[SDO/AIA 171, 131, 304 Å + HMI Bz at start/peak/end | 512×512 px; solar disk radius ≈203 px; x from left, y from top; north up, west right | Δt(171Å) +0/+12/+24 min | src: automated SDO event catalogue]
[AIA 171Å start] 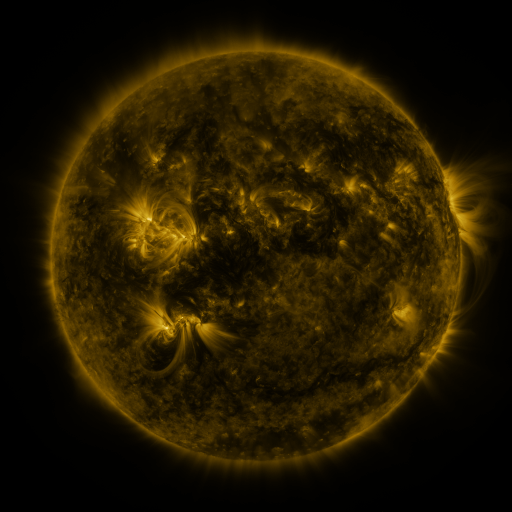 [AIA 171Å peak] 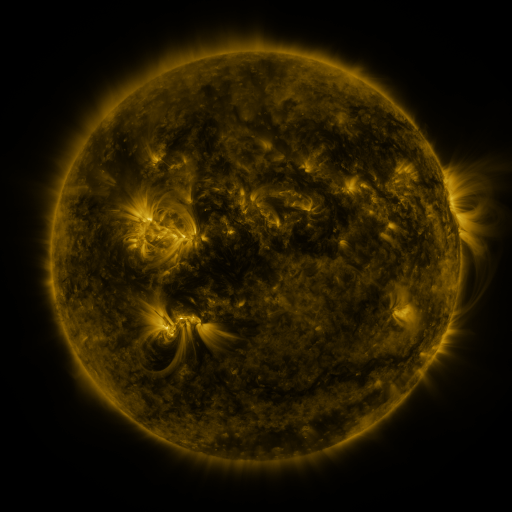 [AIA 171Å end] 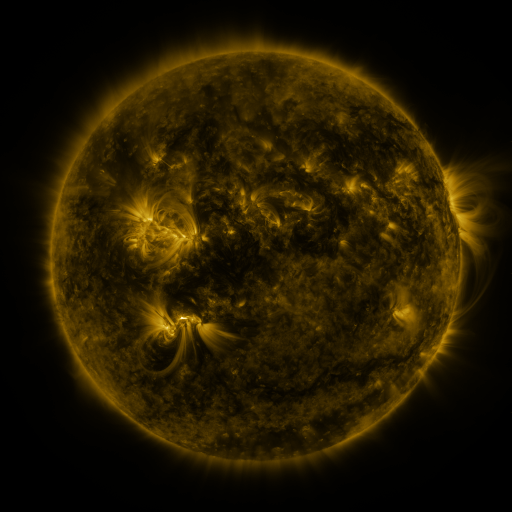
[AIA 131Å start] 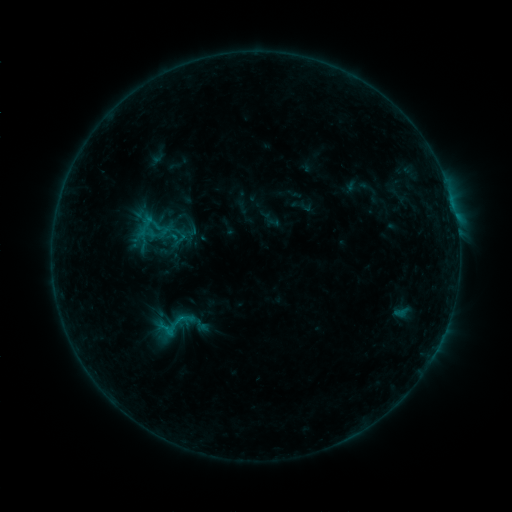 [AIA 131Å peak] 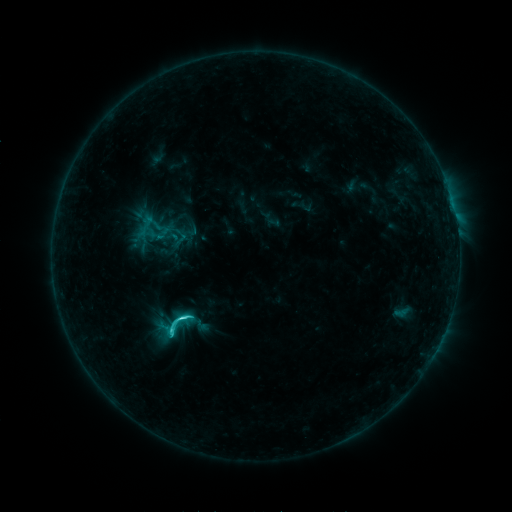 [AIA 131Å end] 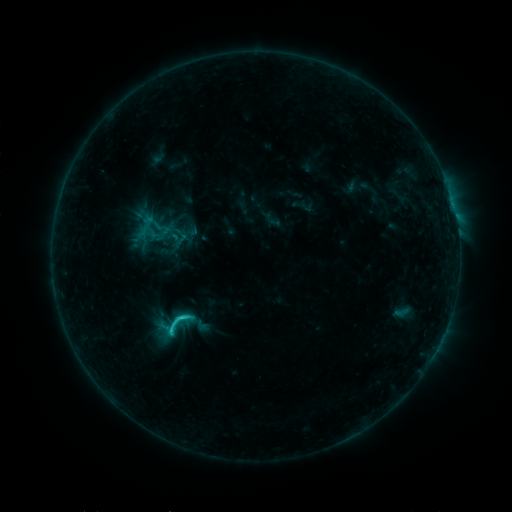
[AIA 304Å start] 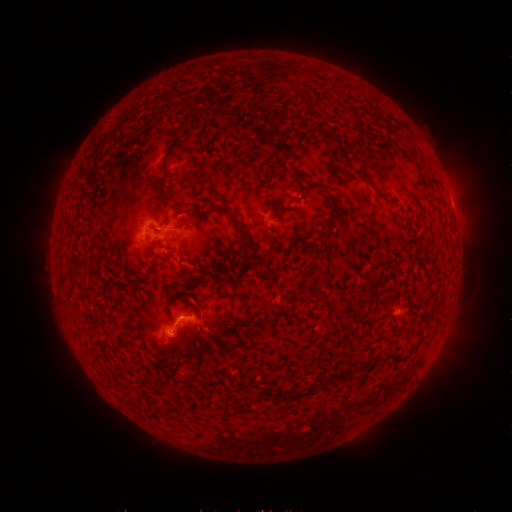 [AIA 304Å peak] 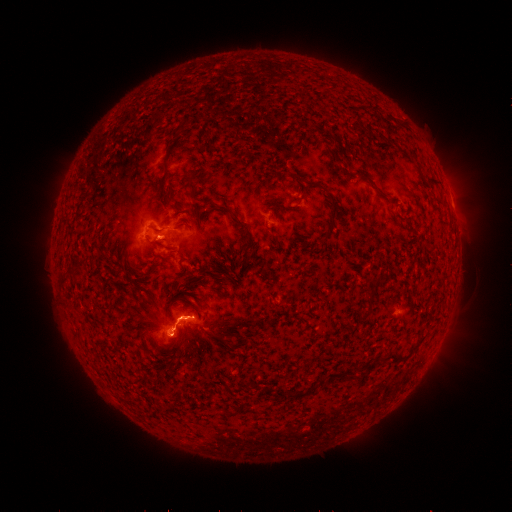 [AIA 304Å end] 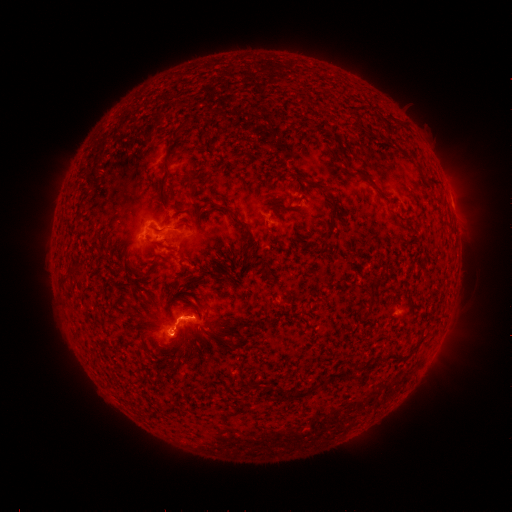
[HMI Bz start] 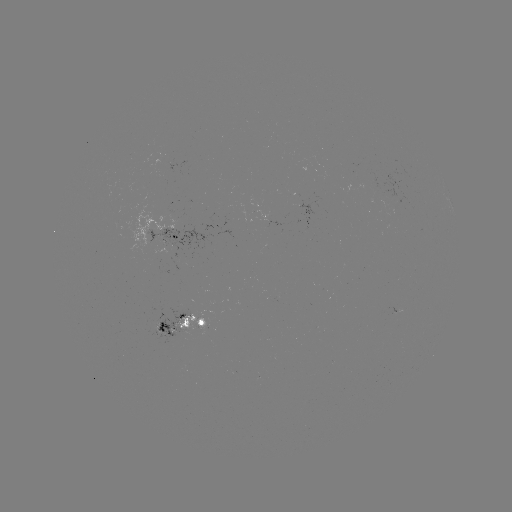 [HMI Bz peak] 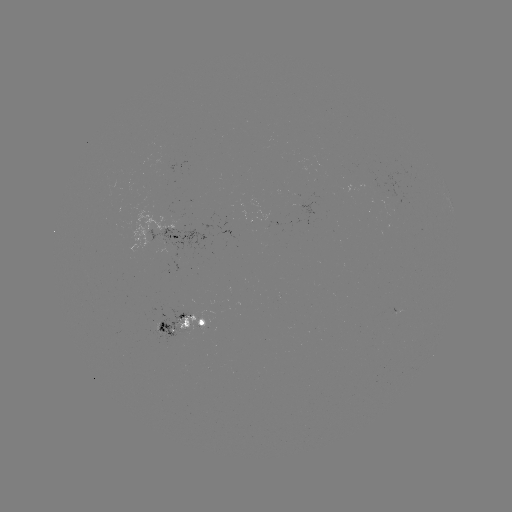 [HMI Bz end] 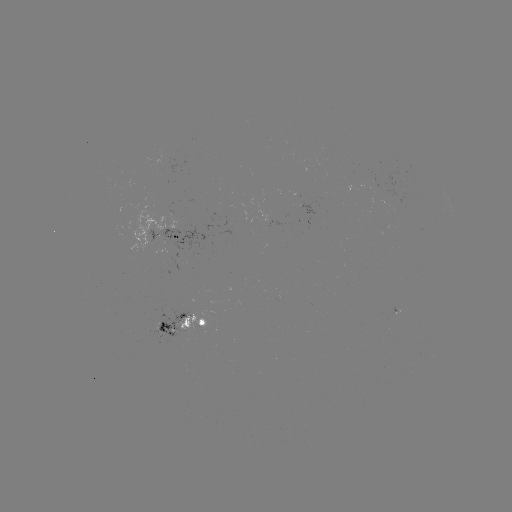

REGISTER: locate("C3.0 flare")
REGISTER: (183, 315)